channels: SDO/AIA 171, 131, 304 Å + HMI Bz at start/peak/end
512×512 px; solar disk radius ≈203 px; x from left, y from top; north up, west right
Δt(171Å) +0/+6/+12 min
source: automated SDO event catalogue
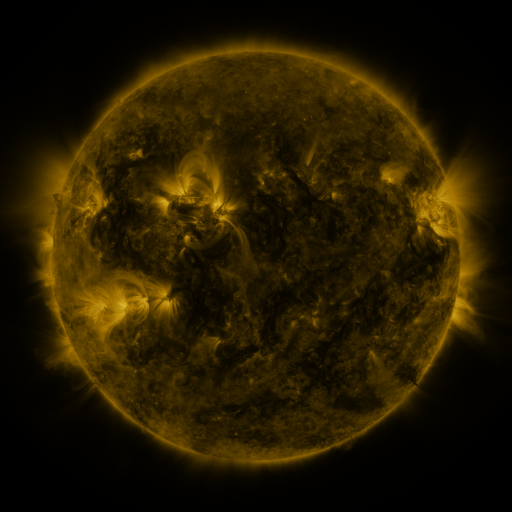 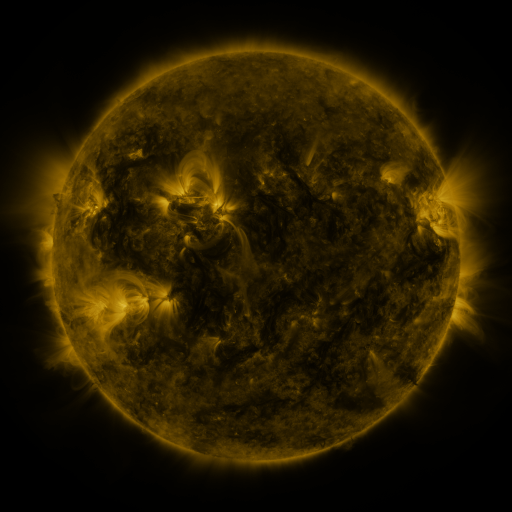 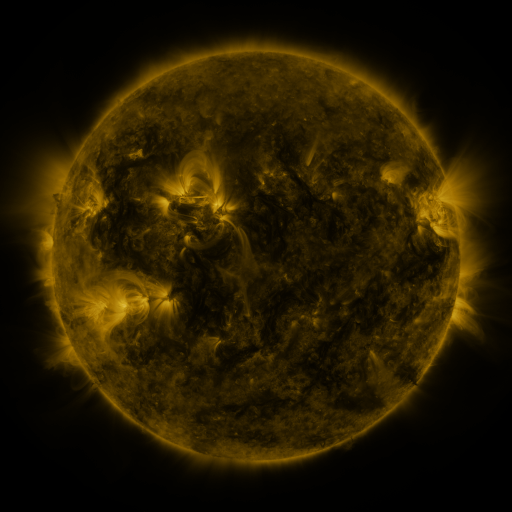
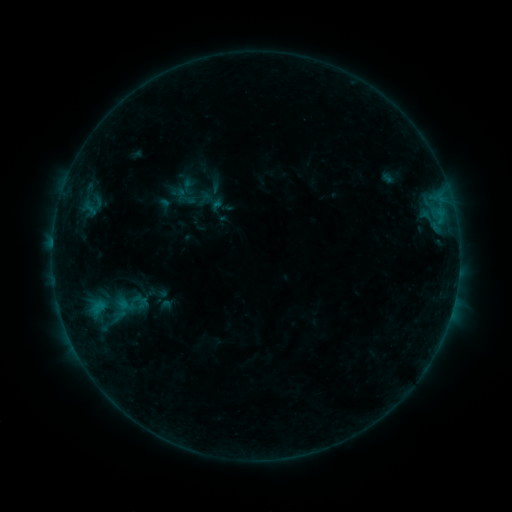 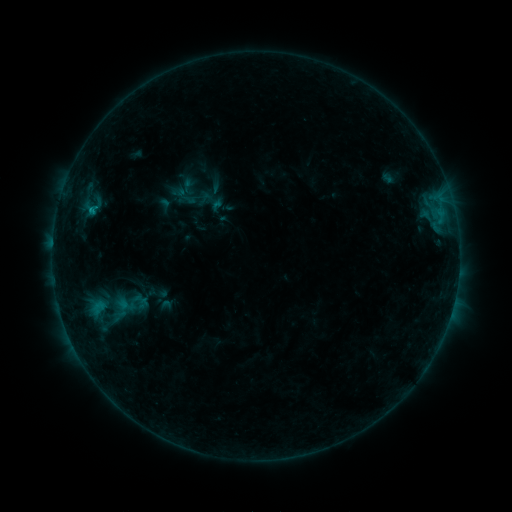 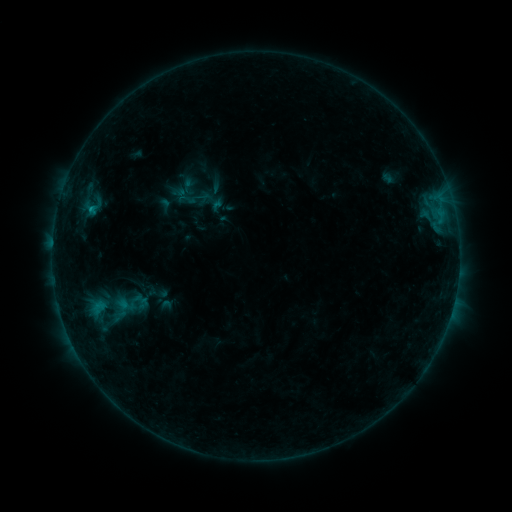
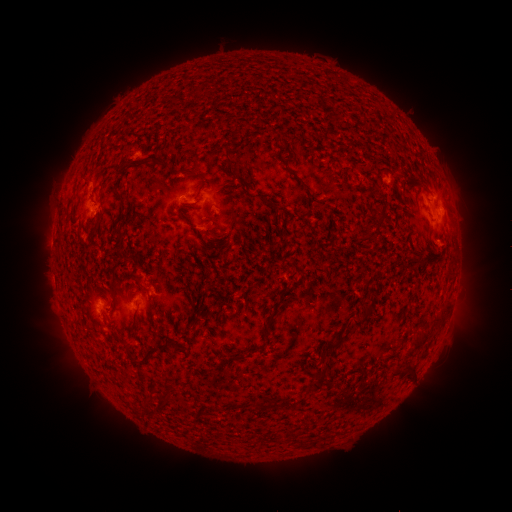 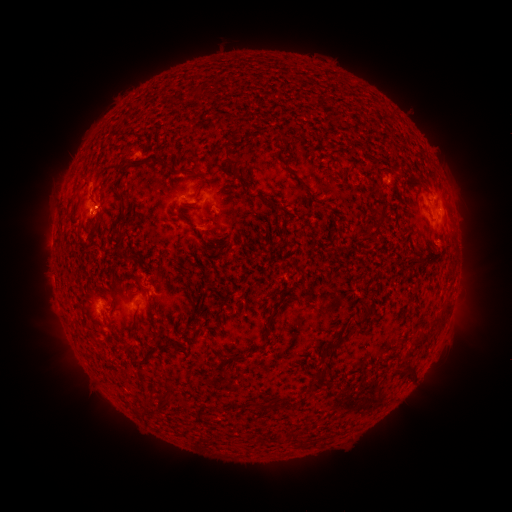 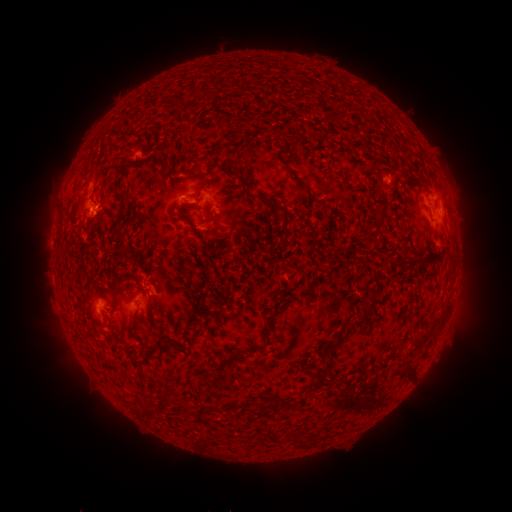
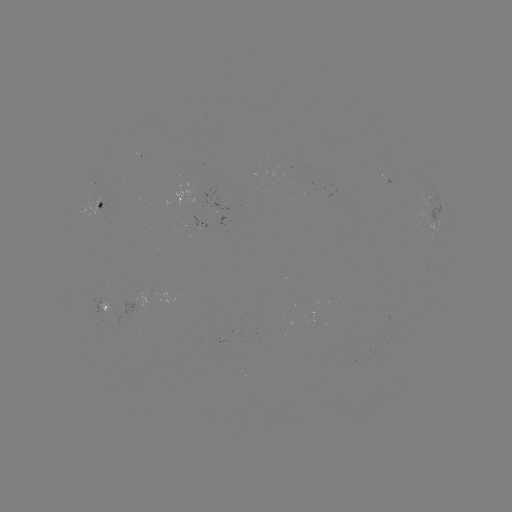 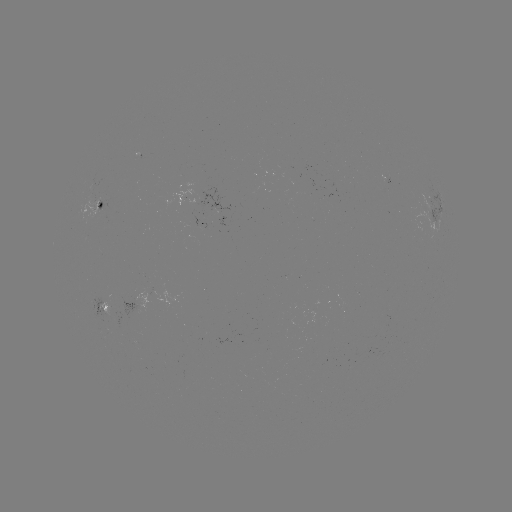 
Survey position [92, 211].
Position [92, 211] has B6.3 flare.